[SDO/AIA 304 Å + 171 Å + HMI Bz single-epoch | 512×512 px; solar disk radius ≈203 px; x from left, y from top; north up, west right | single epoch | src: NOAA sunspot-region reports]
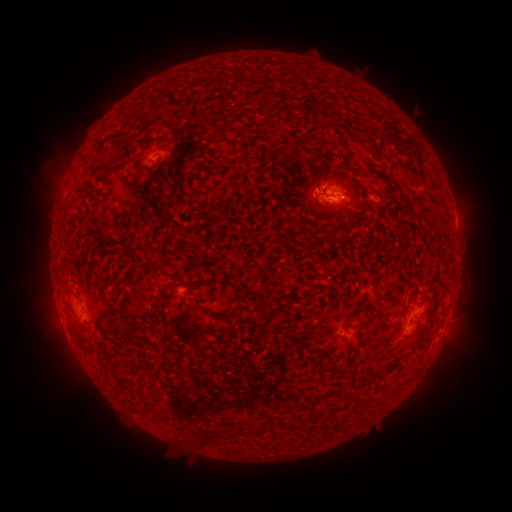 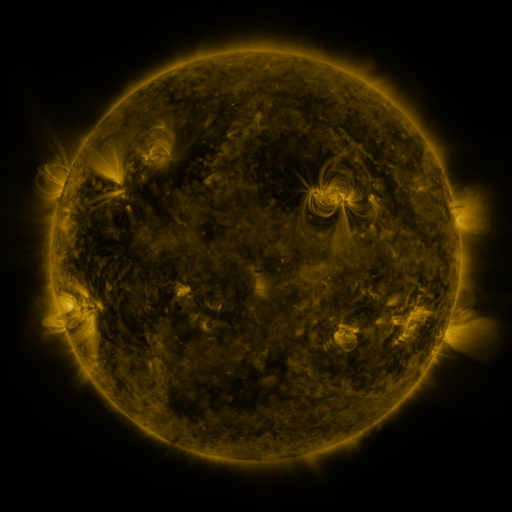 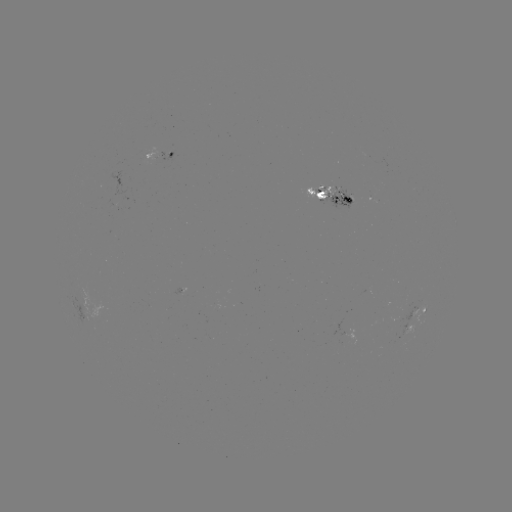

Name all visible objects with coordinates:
spotted active region: (160, 156)
spotted active region: (330, 197)
spotted active region: (416, 316)
